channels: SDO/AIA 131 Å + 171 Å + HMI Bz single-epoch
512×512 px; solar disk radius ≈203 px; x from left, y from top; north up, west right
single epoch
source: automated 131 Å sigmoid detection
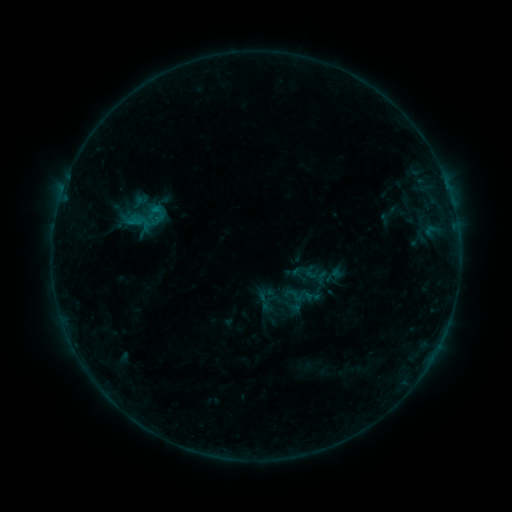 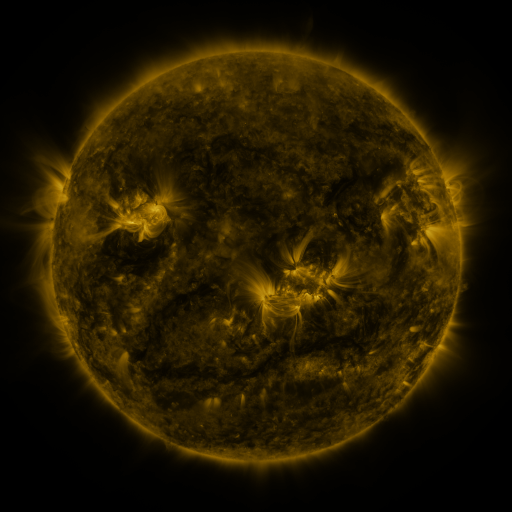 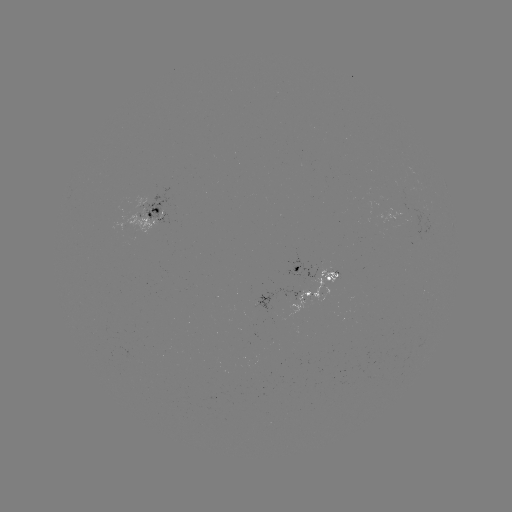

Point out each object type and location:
sigmoid: [406, 228, 427, 249]
sigmoid: [285, 285, 304, 304]
